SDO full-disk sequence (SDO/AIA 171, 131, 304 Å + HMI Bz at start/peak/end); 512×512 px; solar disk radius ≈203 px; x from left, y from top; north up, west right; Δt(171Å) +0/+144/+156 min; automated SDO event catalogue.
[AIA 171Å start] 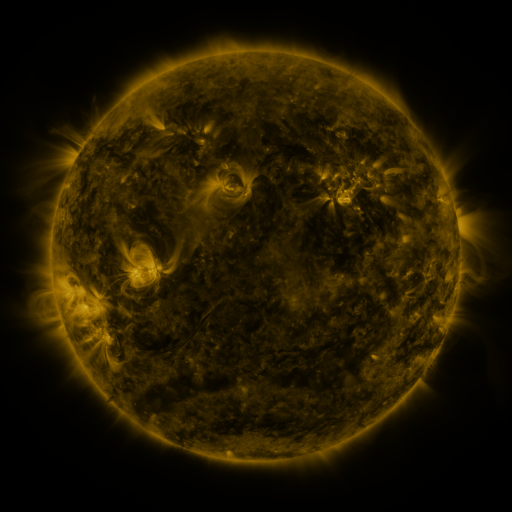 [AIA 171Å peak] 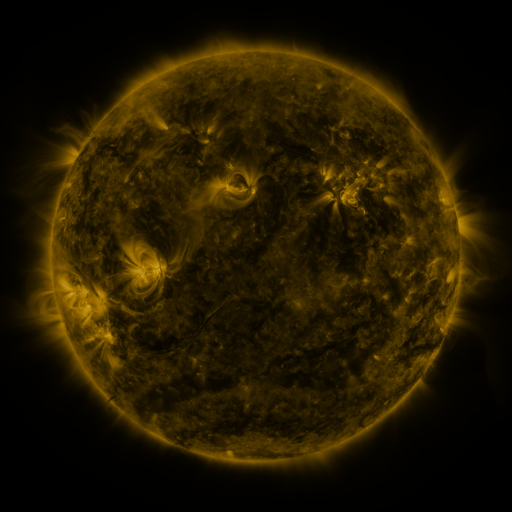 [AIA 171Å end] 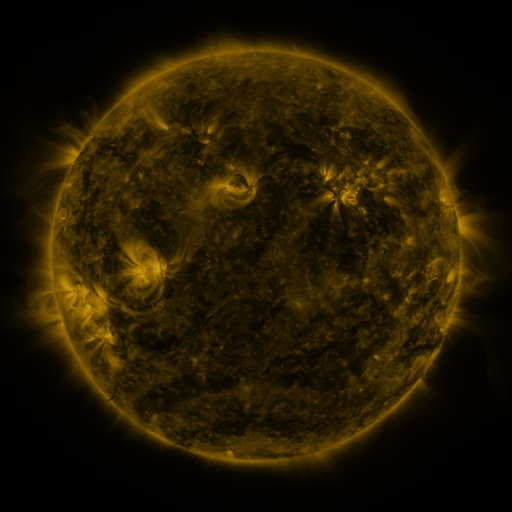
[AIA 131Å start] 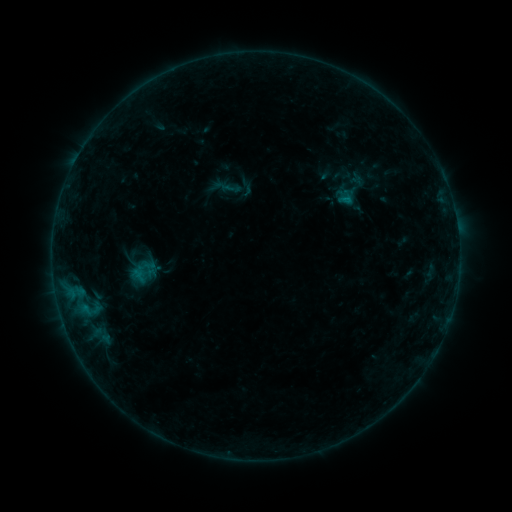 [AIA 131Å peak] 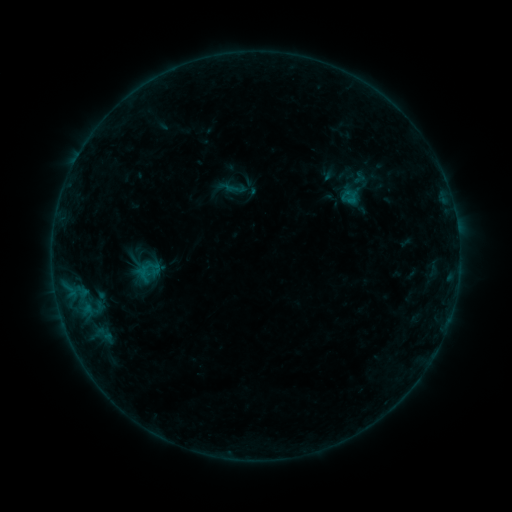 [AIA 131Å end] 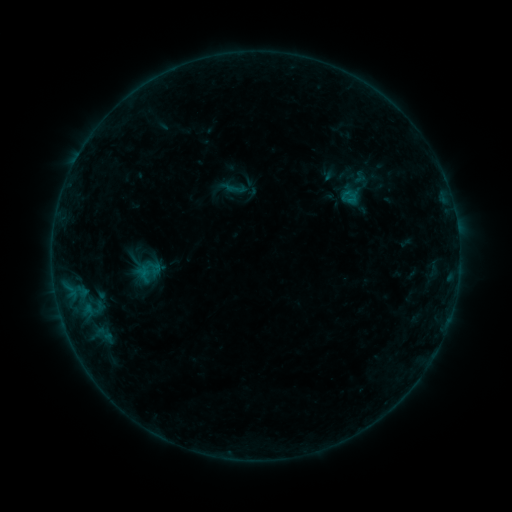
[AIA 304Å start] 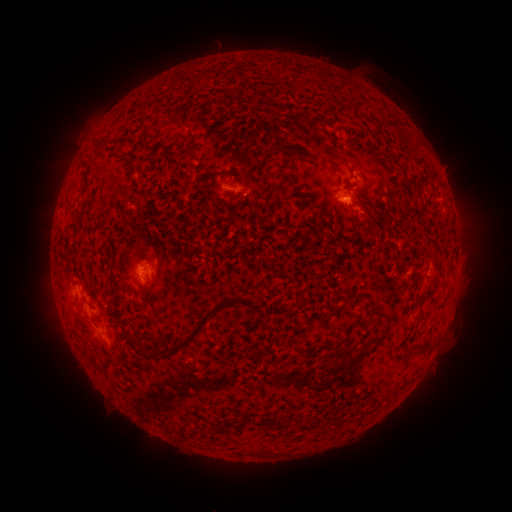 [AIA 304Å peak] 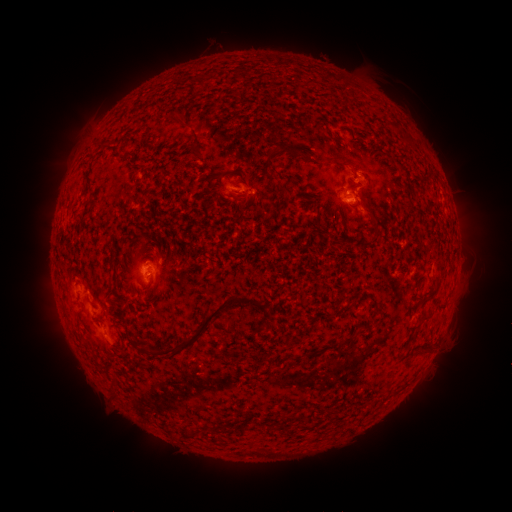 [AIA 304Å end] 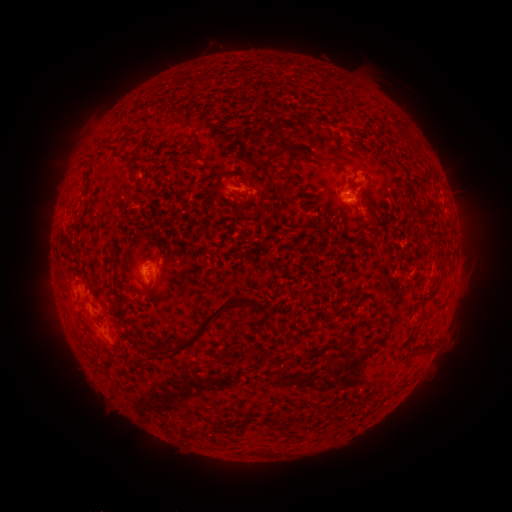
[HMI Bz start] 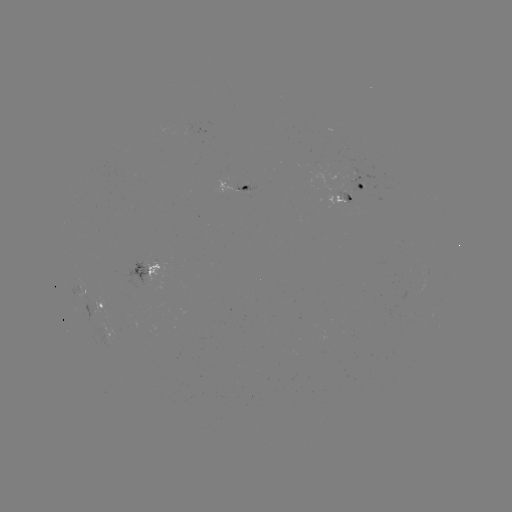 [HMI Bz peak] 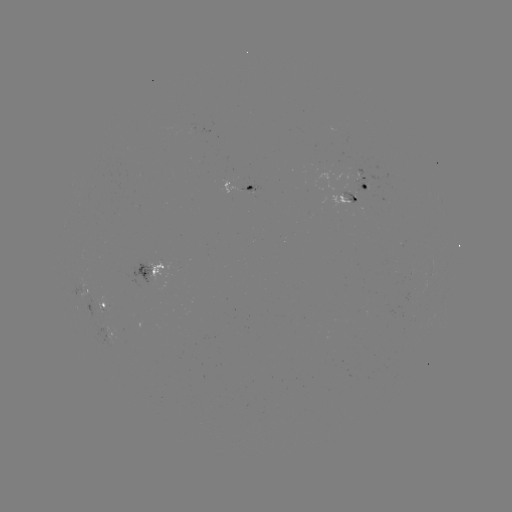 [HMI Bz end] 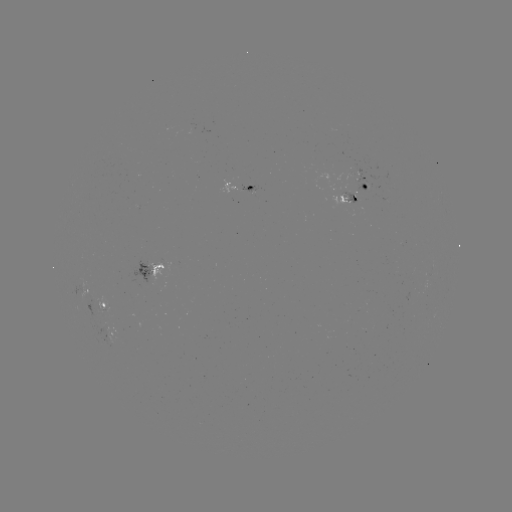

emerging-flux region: [87, 324, 117, 346]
